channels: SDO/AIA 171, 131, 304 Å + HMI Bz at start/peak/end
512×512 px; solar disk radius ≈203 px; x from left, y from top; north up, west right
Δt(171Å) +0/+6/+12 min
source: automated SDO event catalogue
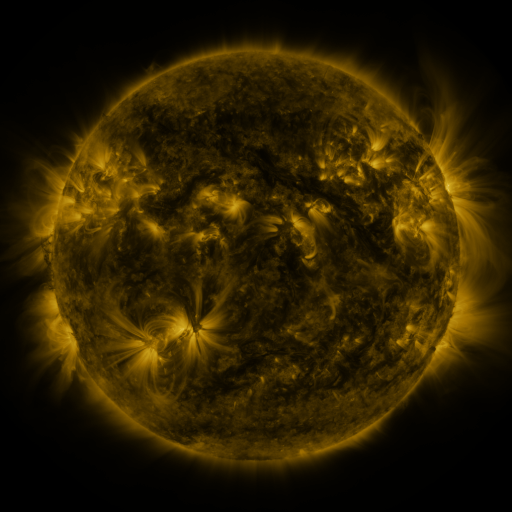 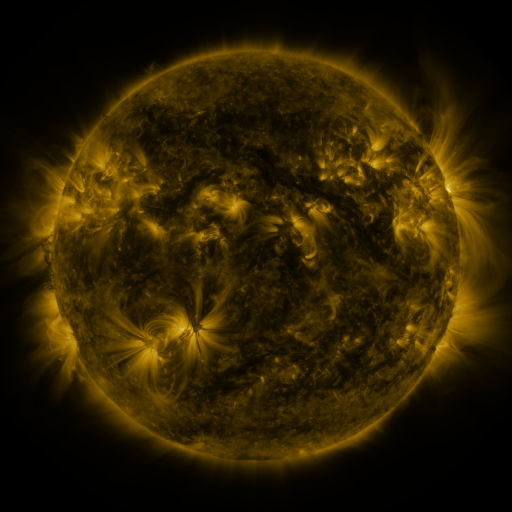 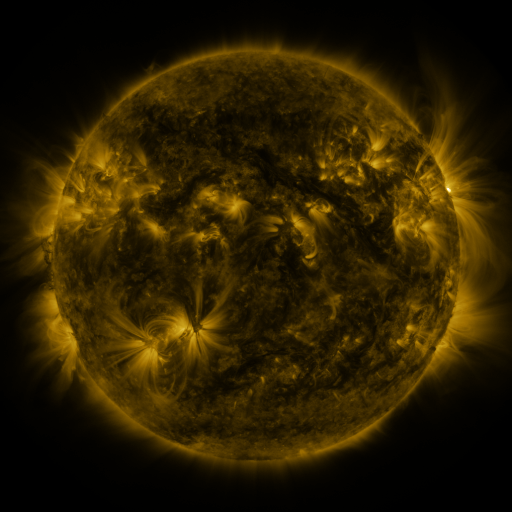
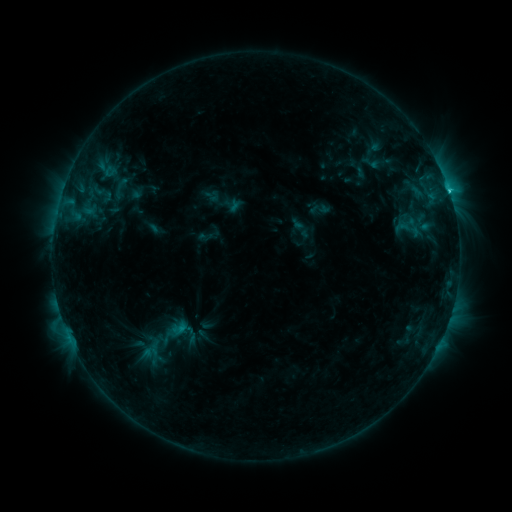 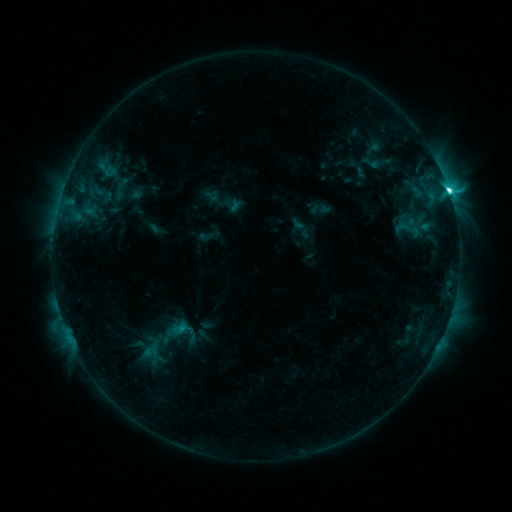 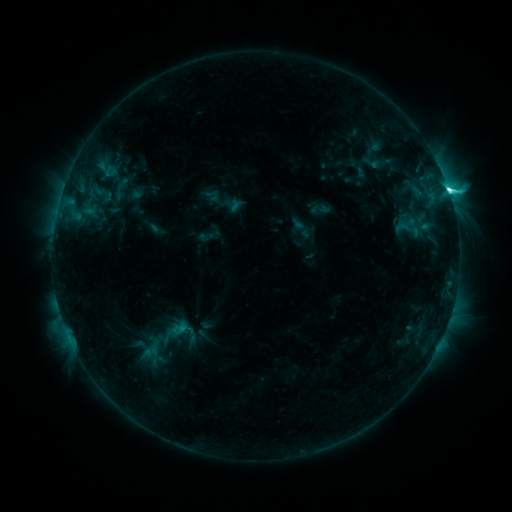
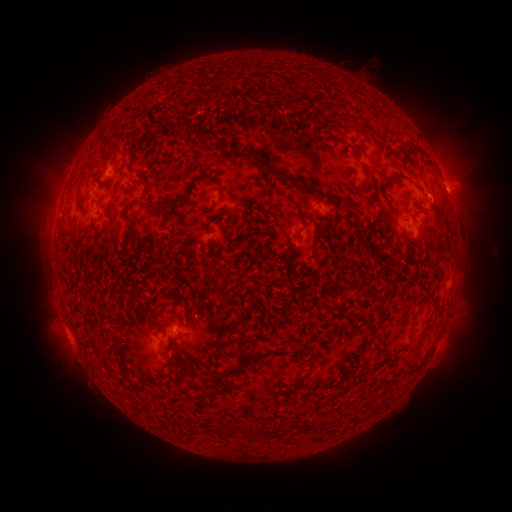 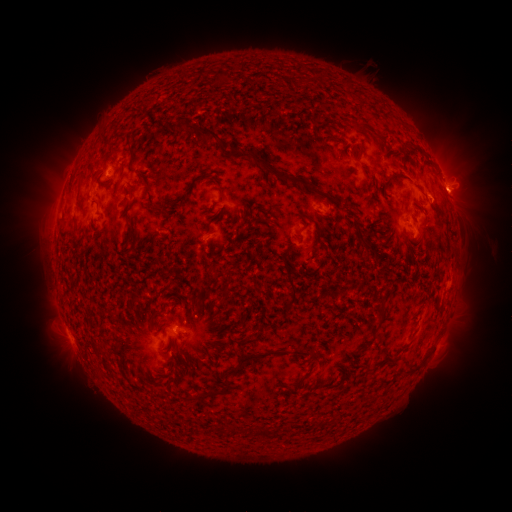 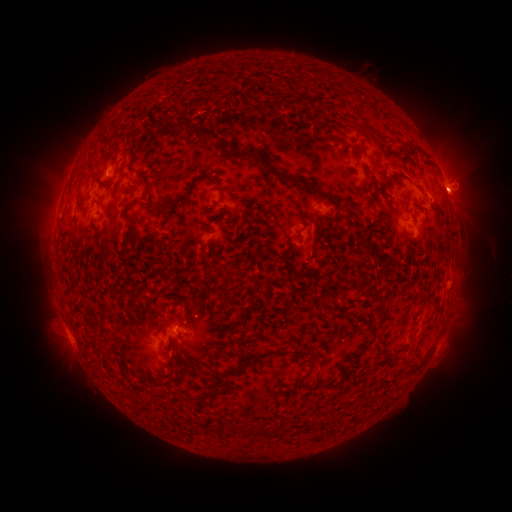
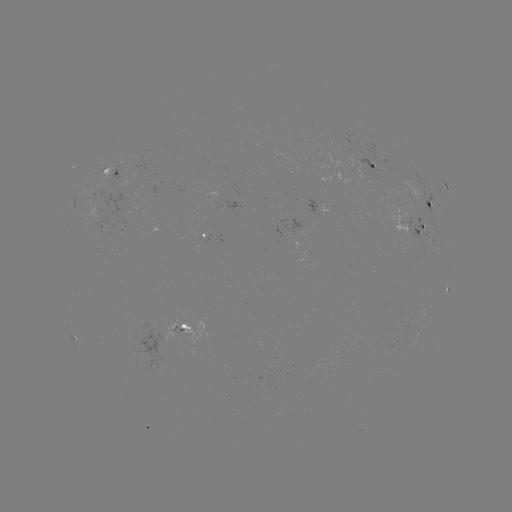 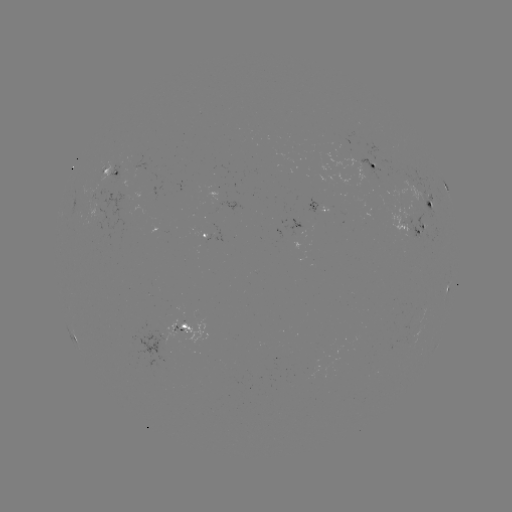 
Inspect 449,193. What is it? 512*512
C7.5 flare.